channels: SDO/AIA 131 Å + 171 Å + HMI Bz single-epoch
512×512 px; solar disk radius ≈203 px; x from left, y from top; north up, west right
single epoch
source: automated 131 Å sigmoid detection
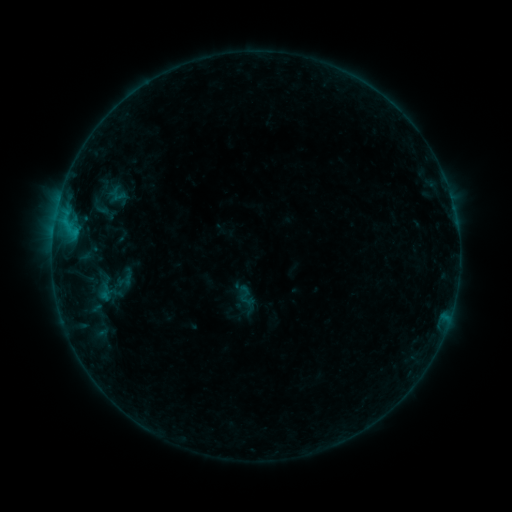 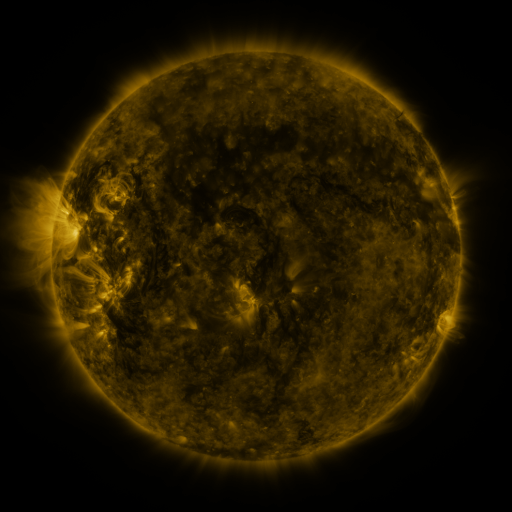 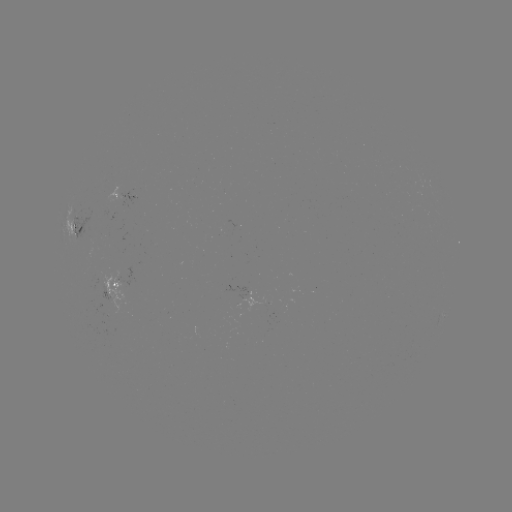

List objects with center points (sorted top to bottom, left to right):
sigmoid: (124, 279)
sigmoid: (247, 296)
